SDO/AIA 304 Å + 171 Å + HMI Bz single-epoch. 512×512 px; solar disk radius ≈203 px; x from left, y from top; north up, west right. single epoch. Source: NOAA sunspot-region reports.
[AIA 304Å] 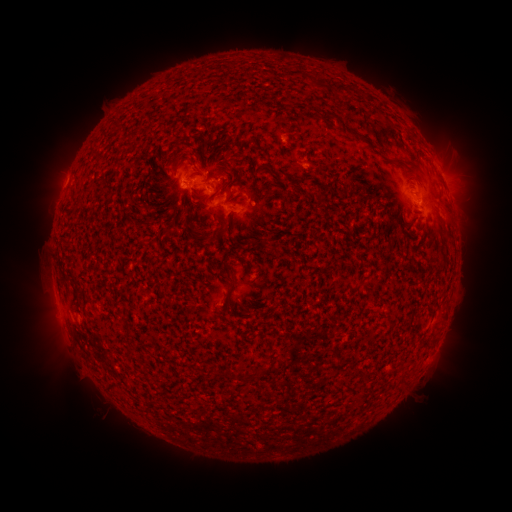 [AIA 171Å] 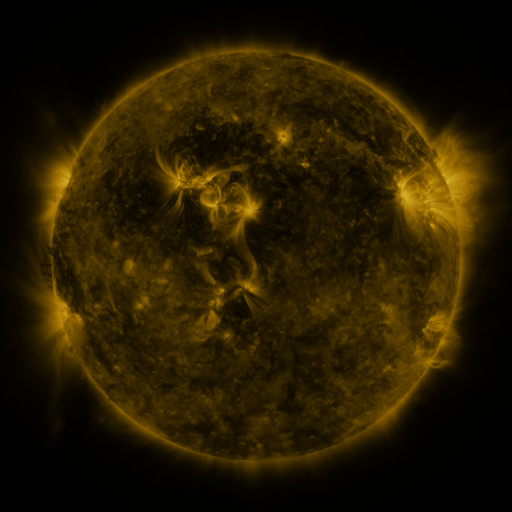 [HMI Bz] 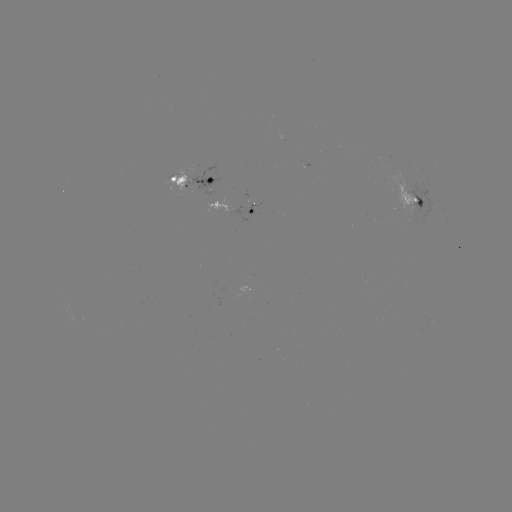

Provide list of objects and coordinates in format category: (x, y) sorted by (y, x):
spotted active region: (192, 182)
spotted active region: (413, 195)
spotted active region: (231, 208)
